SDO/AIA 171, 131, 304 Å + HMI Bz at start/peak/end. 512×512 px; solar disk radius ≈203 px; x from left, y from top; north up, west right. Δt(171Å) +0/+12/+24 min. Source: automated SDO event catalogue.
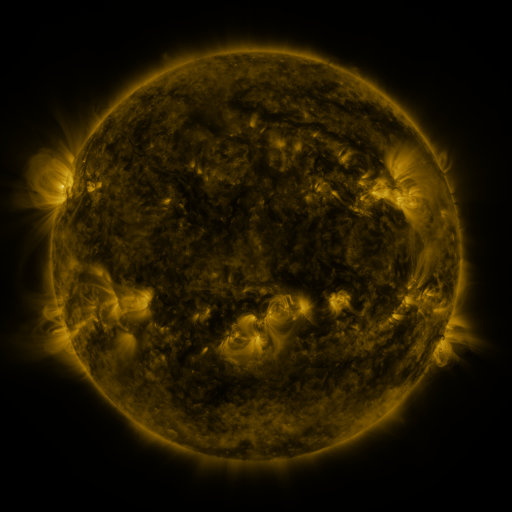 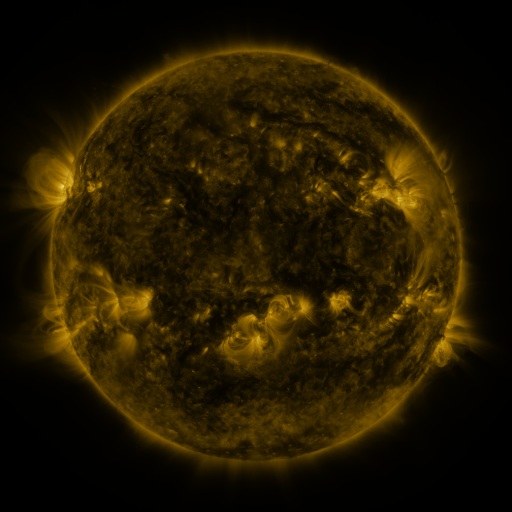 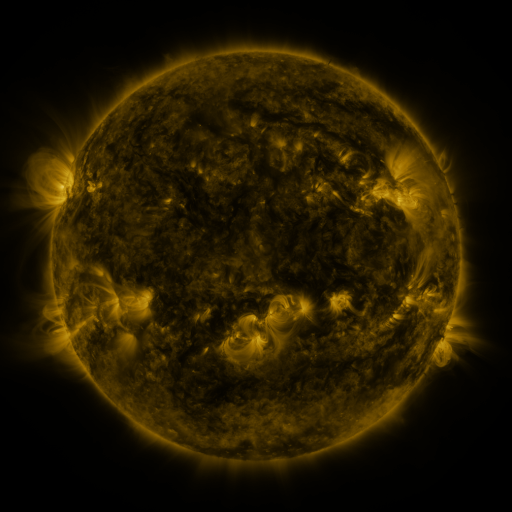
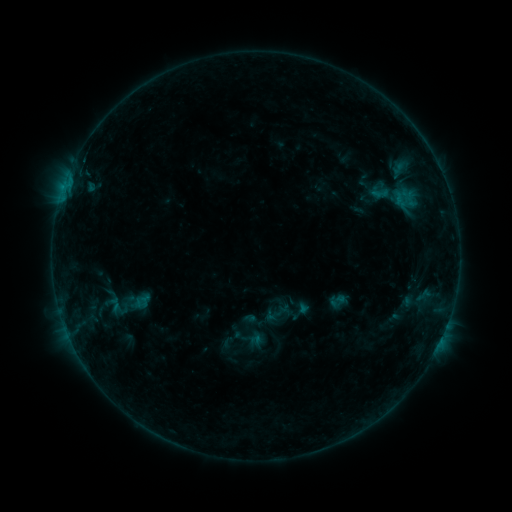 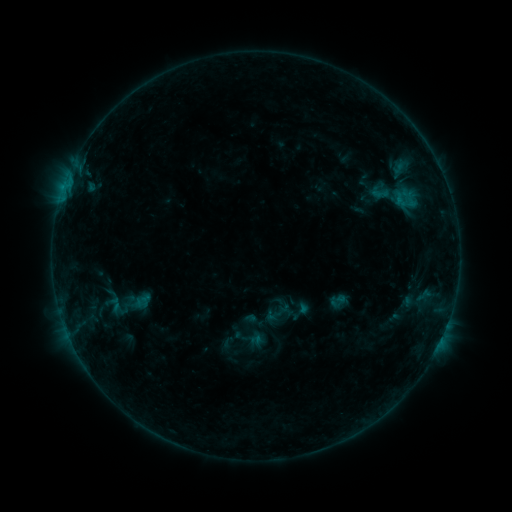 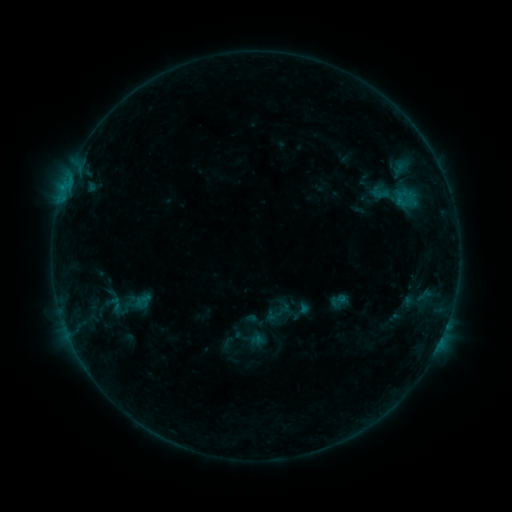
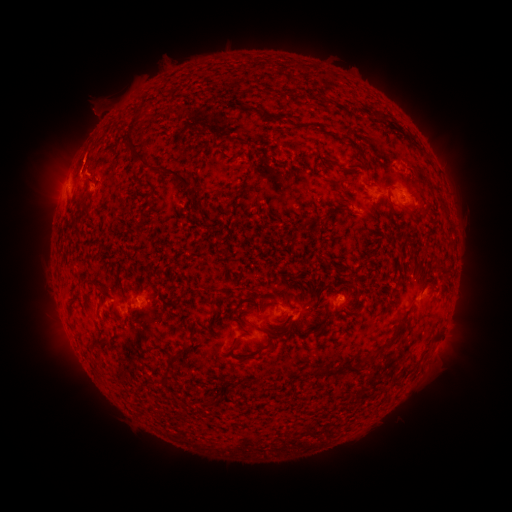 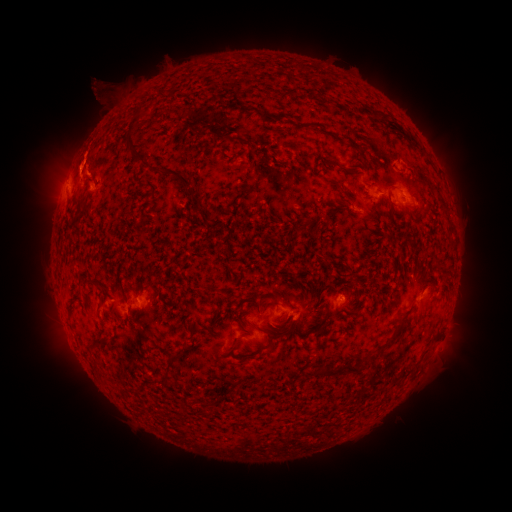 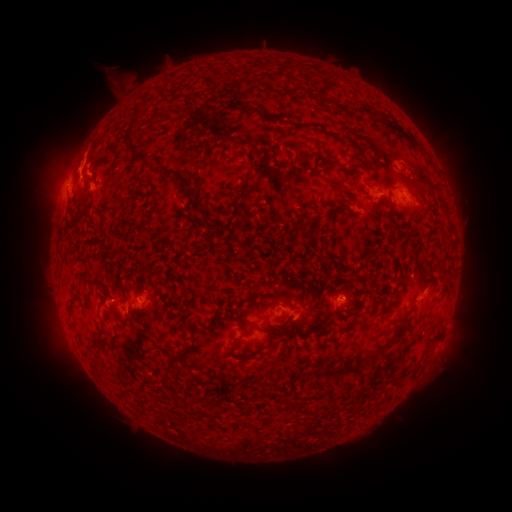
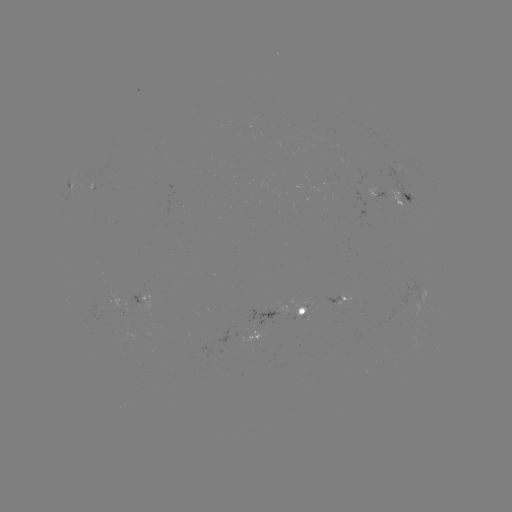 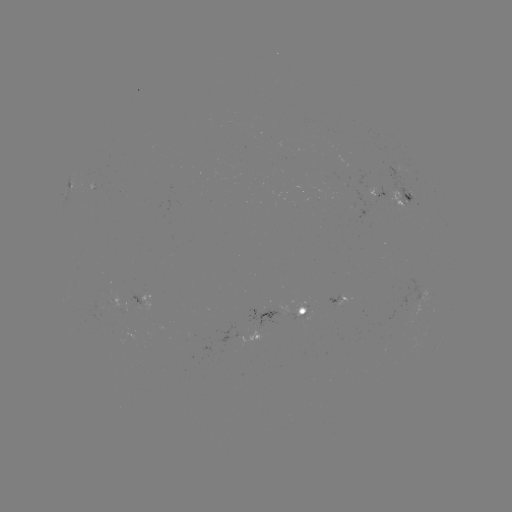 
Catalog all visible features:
eruption: (105, 93)
